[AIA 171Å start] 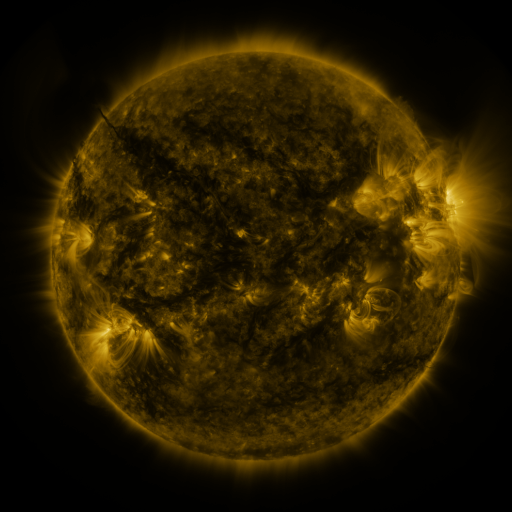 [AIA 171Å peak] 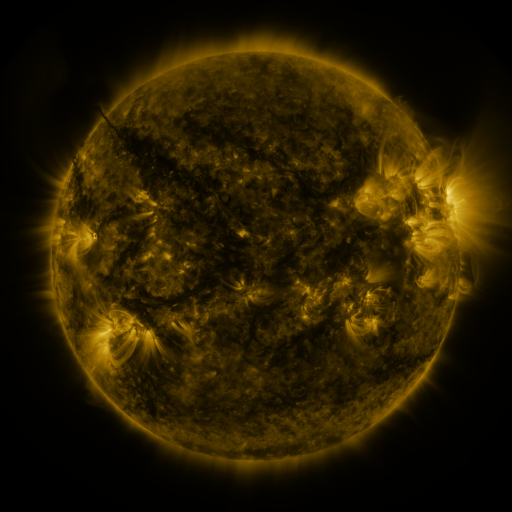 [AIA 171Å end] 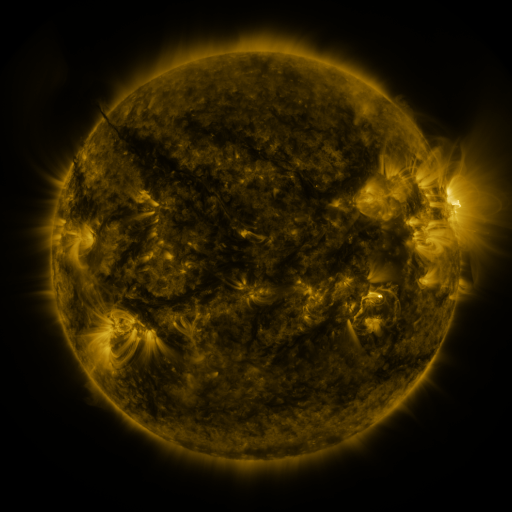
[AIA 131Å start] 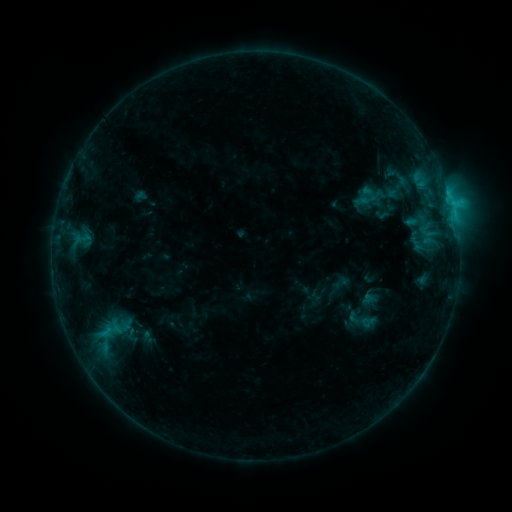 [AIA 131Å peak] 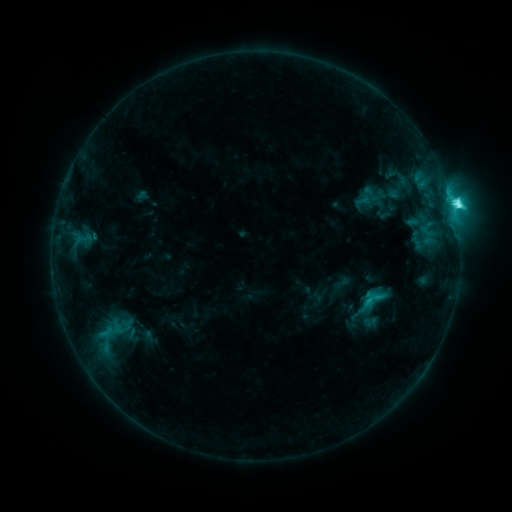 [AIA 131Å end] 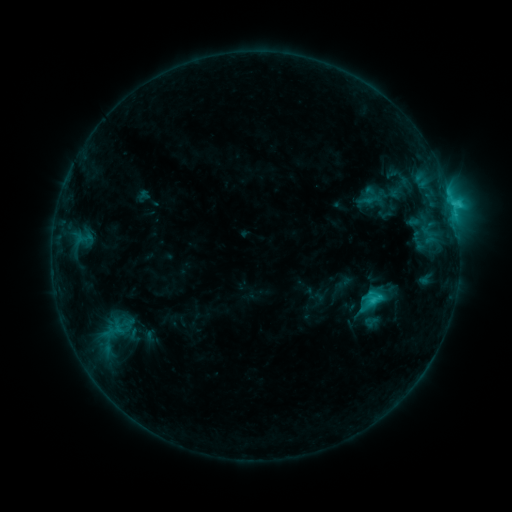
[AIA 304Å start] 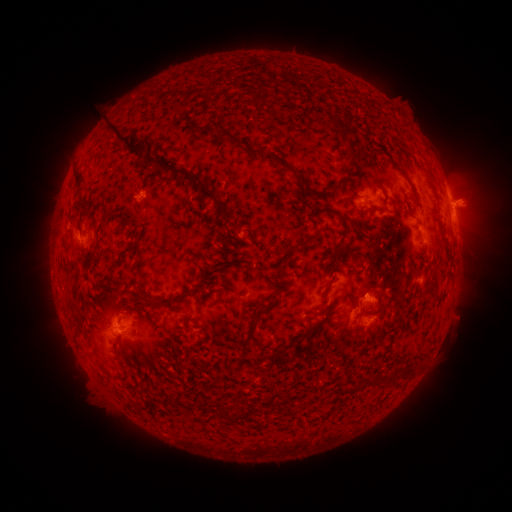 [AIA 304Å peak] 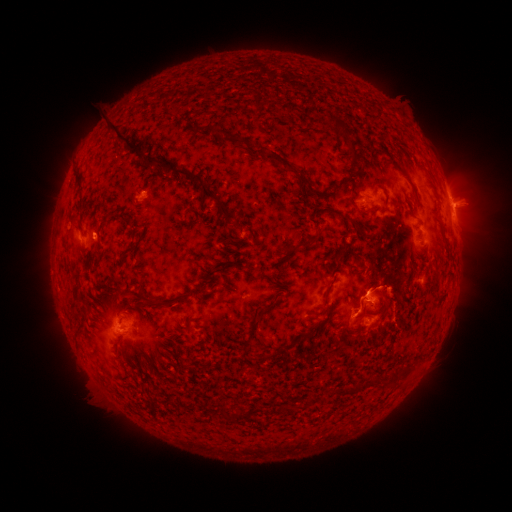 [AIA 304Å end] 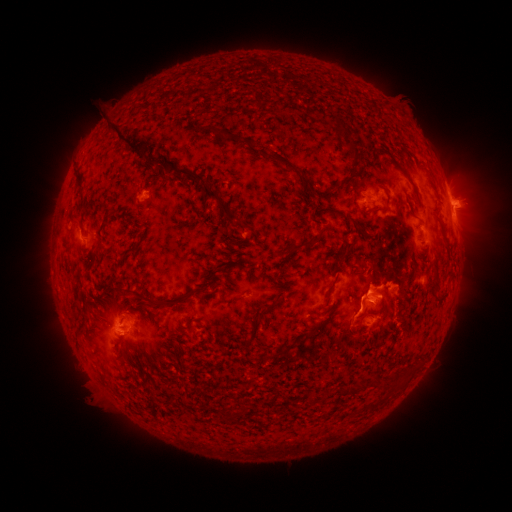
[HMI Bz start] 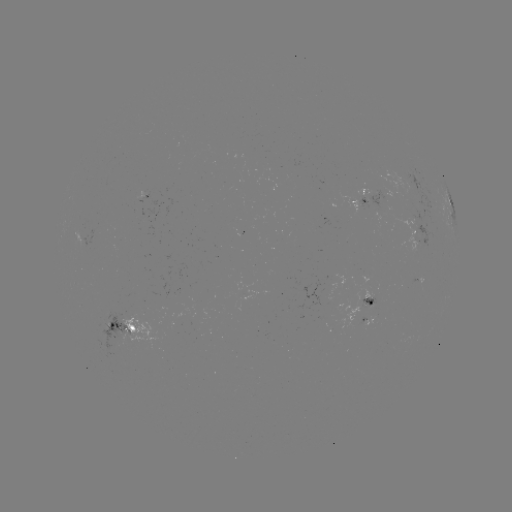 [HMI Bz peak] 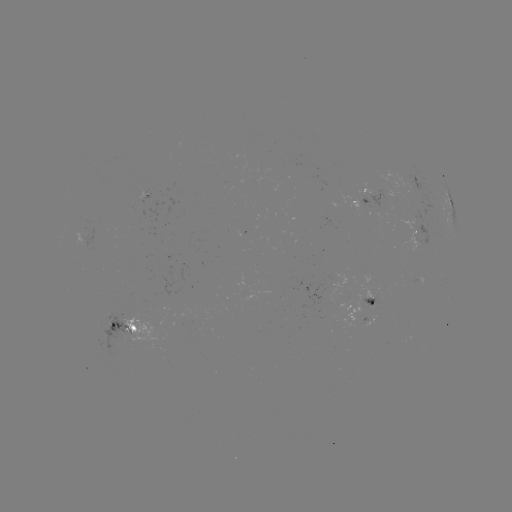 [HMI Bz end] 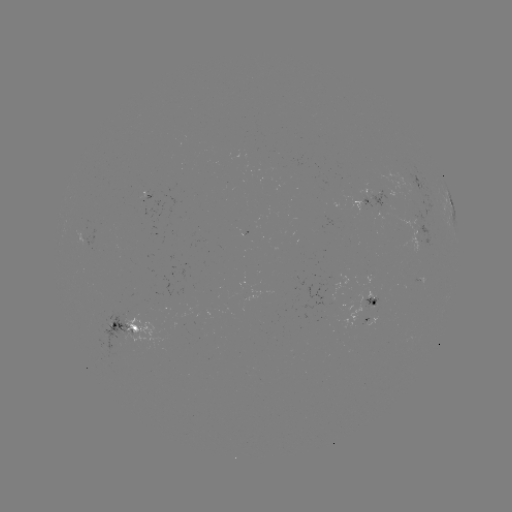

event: flare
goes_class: C5.9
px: (376, 293)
